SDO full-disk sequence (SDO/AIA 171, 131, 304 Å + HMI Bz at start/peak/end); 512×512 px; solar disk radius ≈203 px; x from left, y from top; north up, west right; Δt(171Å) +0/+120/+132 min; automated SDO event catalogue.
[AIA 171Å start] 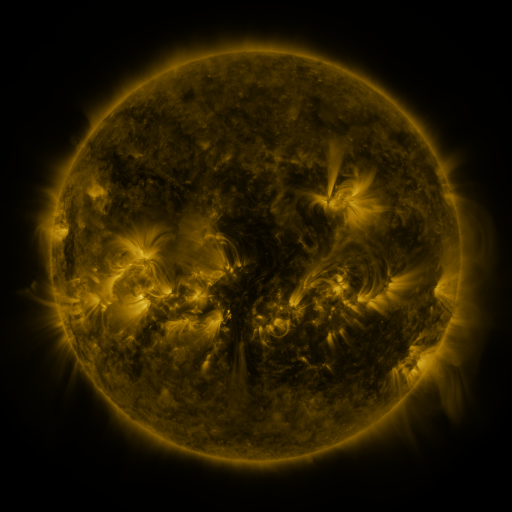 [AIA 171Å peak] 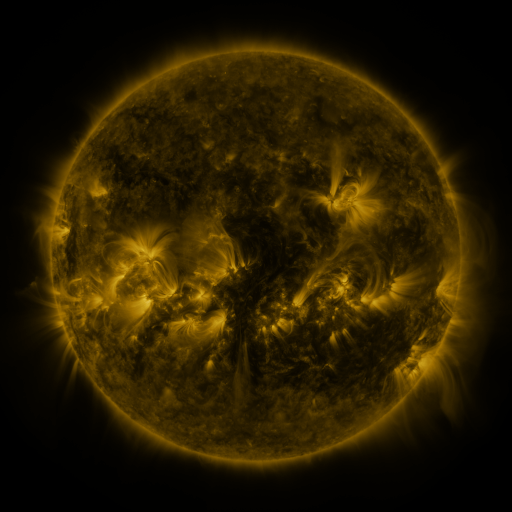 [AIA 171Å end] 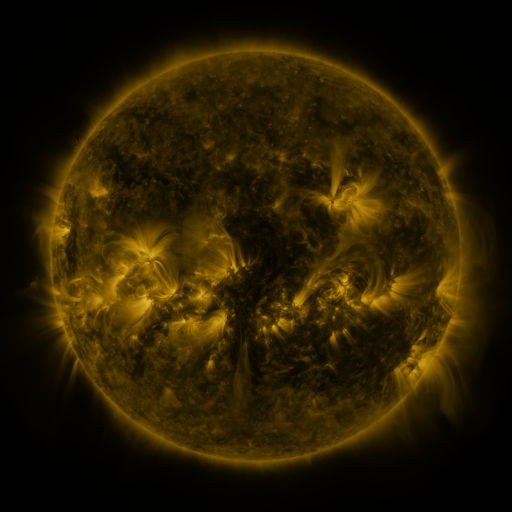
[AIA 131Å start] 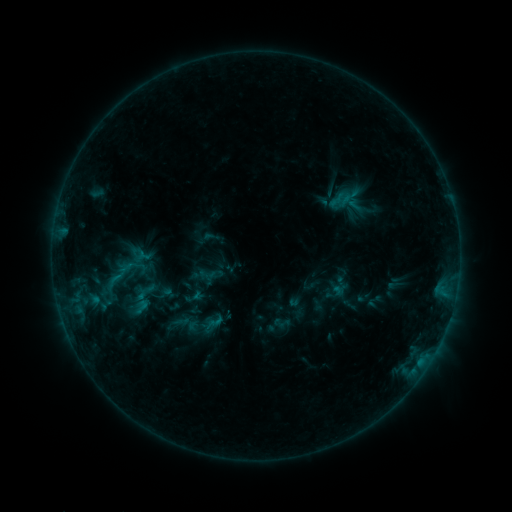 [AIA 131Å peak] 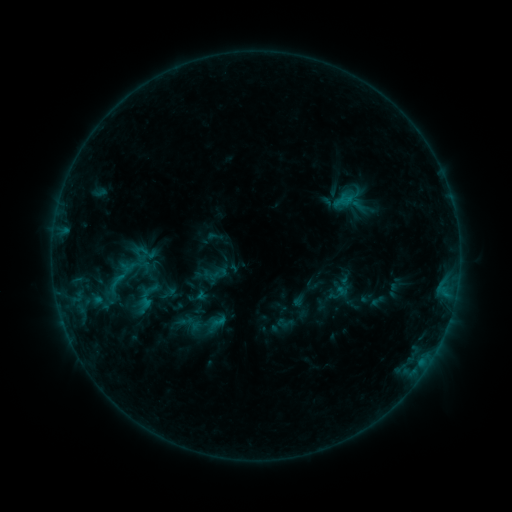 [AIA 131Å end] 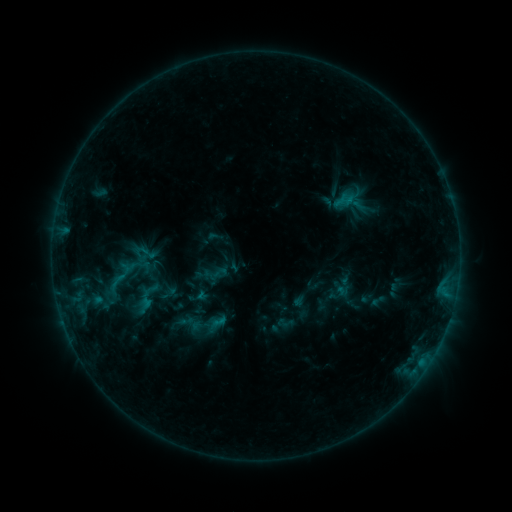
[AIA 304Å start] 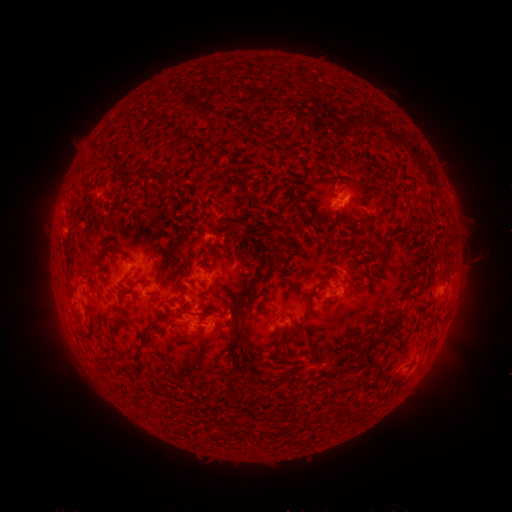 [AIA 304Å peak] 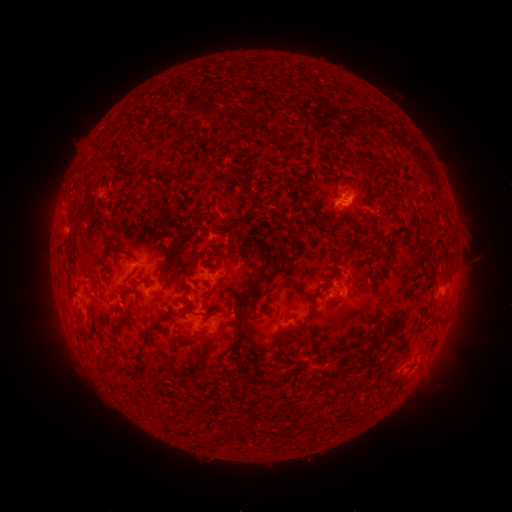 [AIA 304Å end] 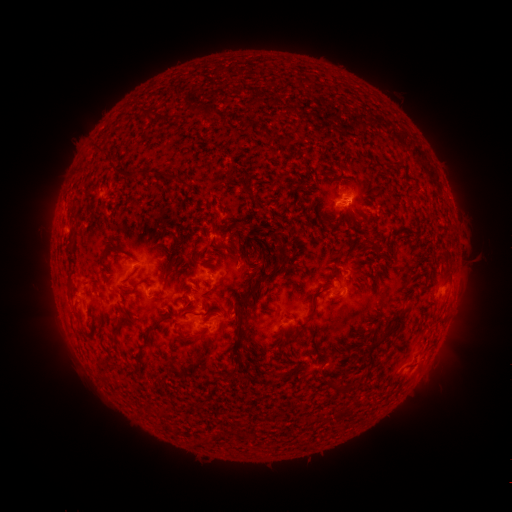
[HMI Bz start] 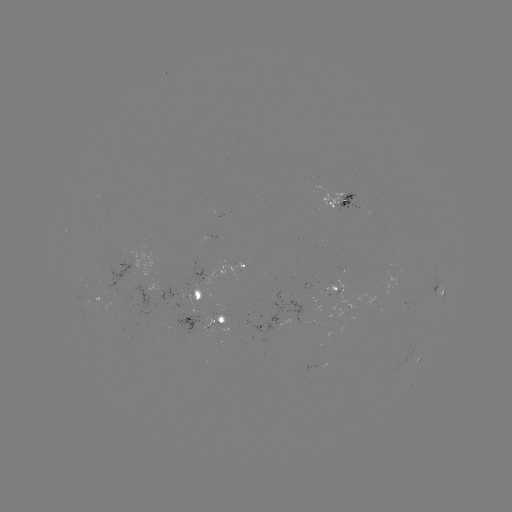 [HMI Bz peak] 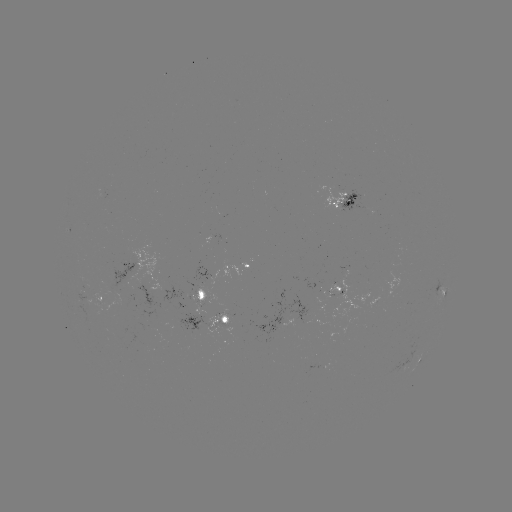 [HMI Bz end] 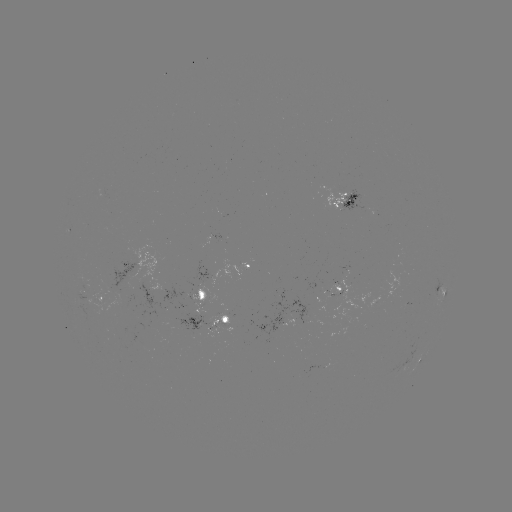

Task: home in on emerging-flux region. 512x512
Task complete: (375, 302).